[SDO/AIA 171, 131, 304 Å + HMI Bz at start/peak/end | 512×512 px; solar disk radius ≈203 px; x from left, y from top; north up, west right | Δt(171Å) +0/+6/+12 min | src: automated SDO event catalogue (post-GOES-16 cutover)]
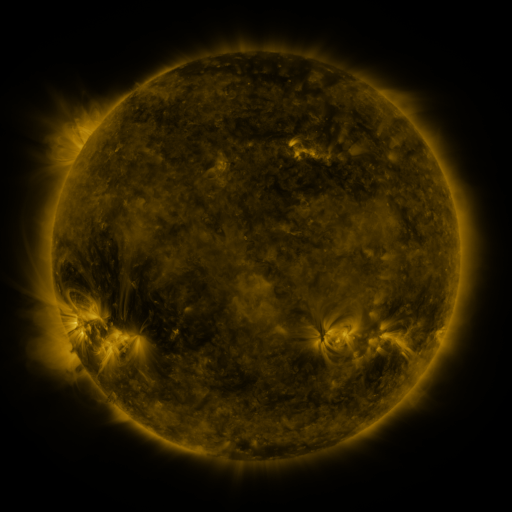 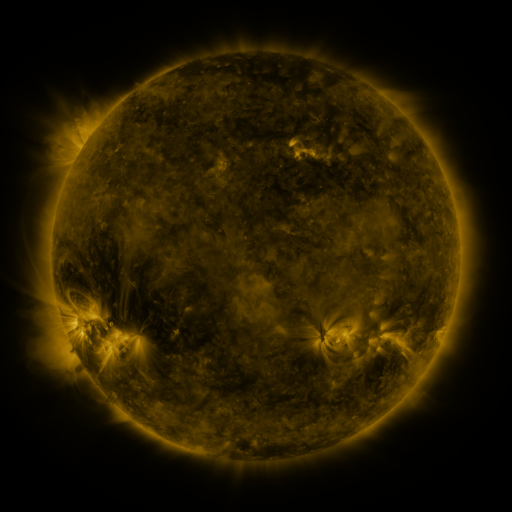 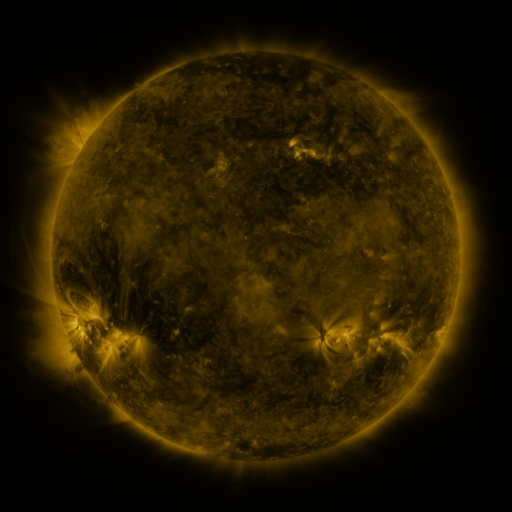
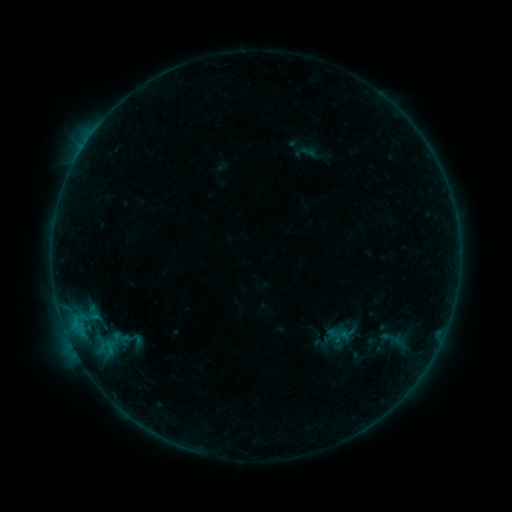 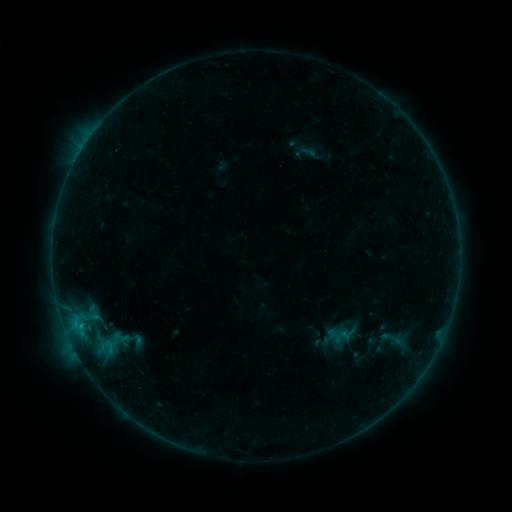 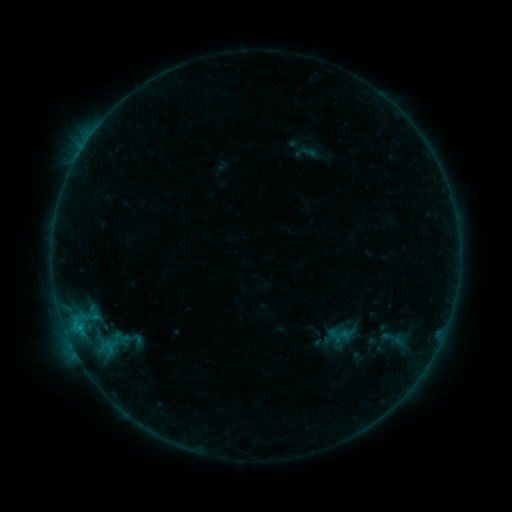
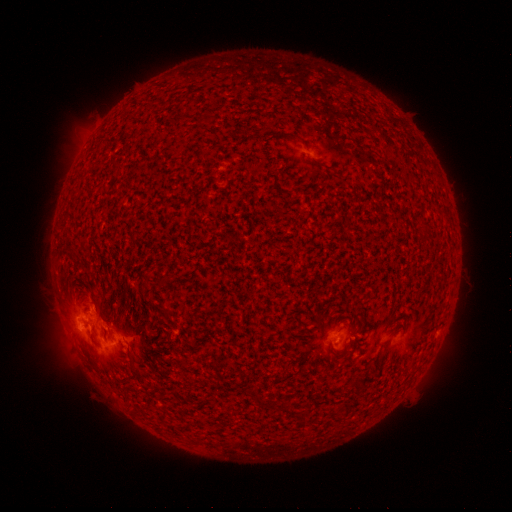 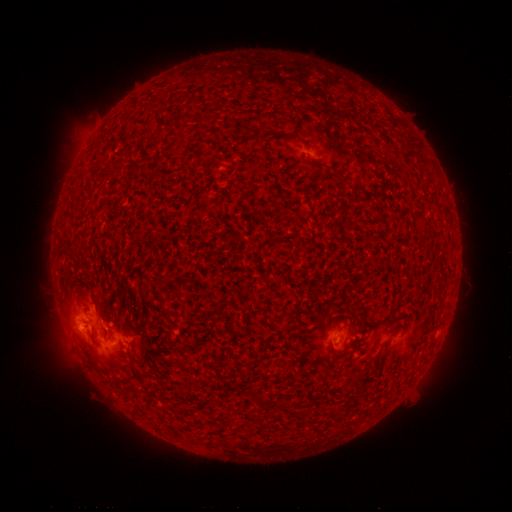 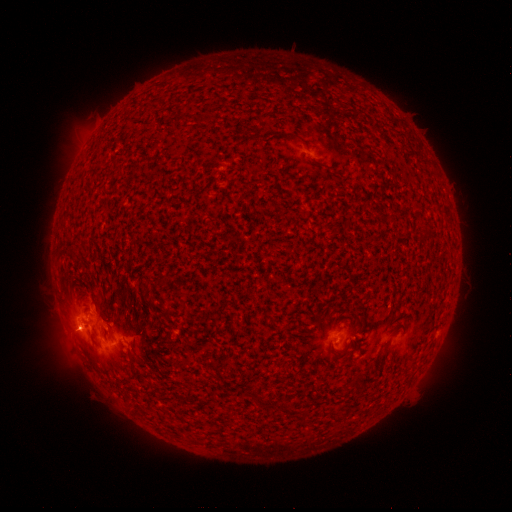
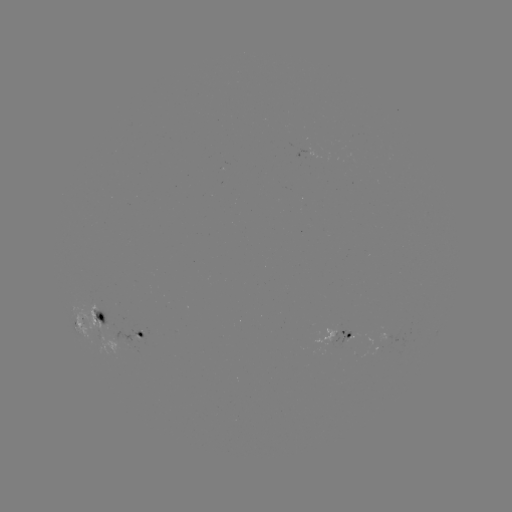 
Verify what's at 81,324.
B5.6 flare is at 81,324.